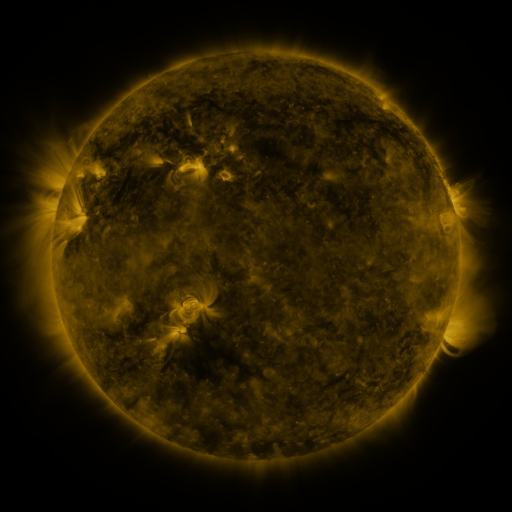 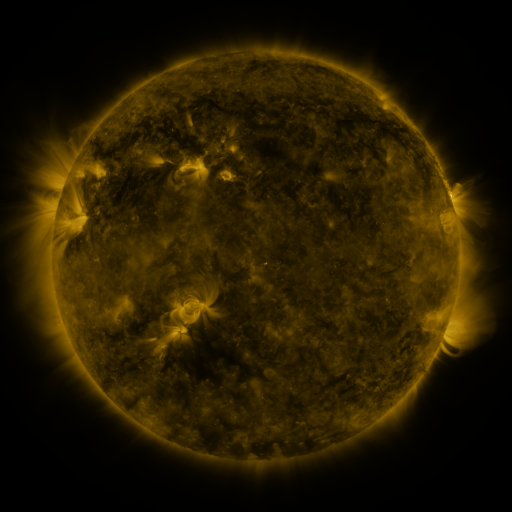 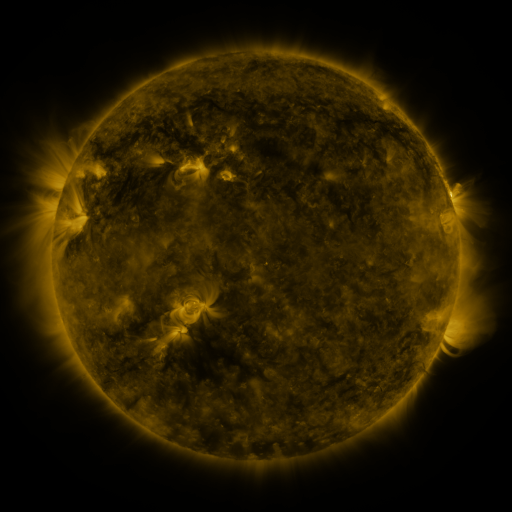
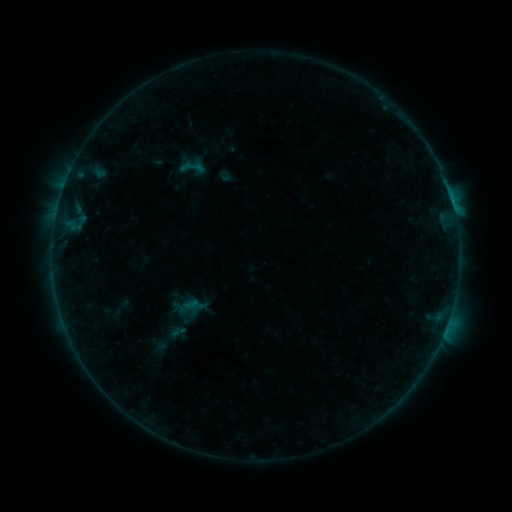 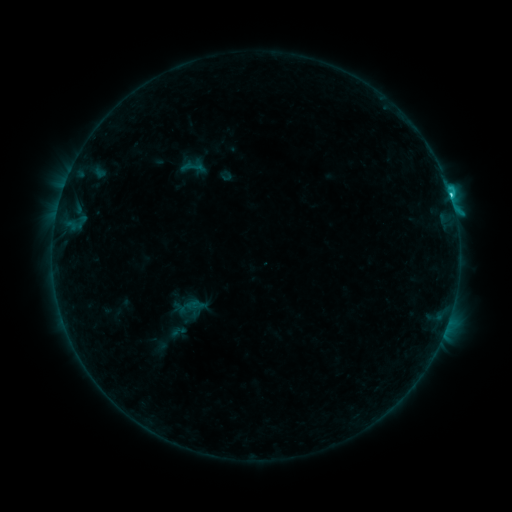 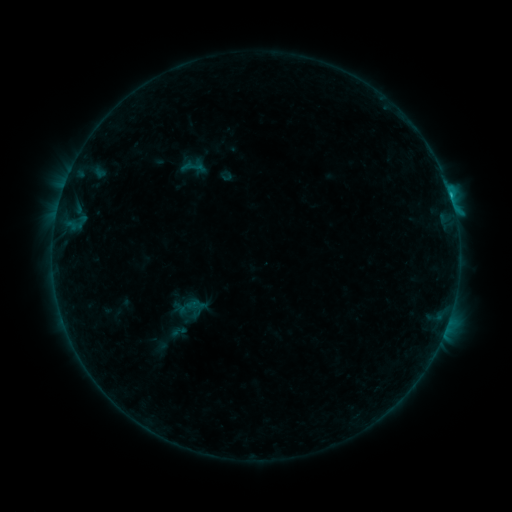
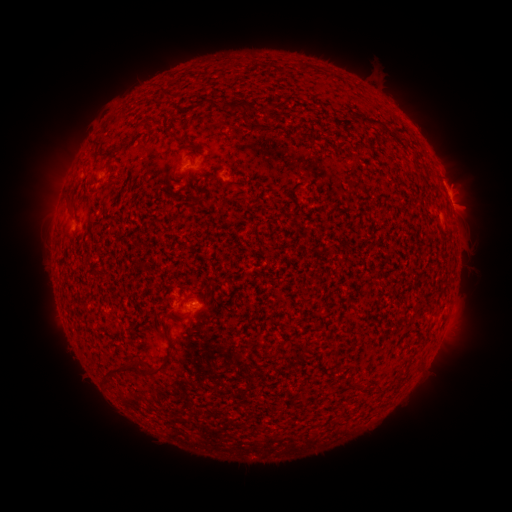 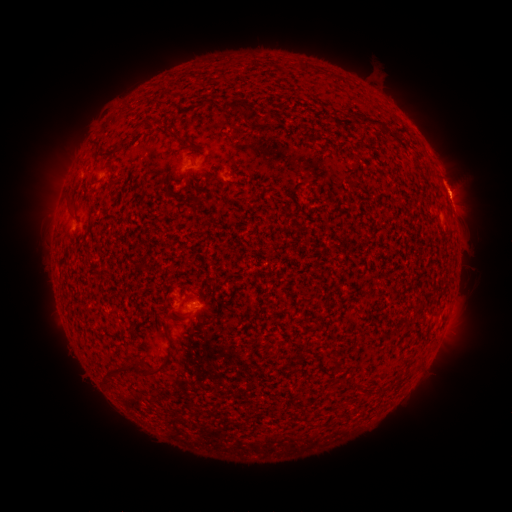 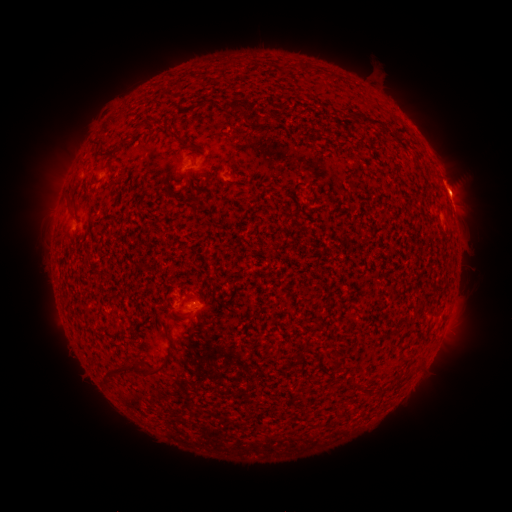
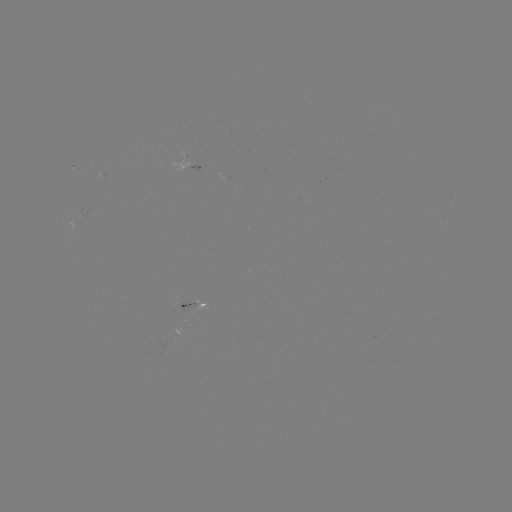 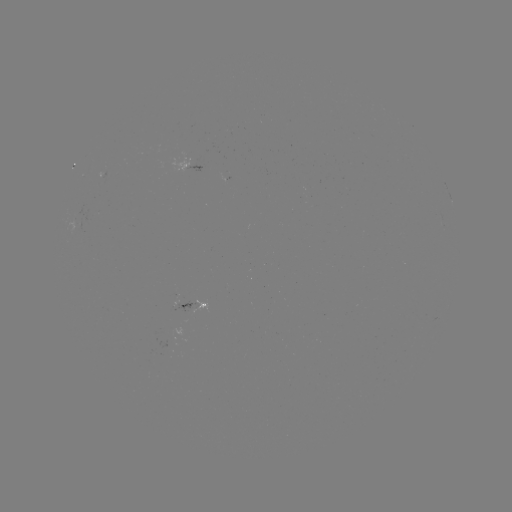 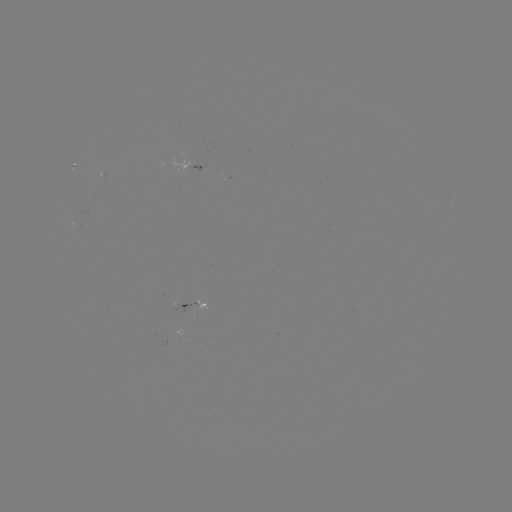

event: flare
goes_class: C1.9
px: (451, 199)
